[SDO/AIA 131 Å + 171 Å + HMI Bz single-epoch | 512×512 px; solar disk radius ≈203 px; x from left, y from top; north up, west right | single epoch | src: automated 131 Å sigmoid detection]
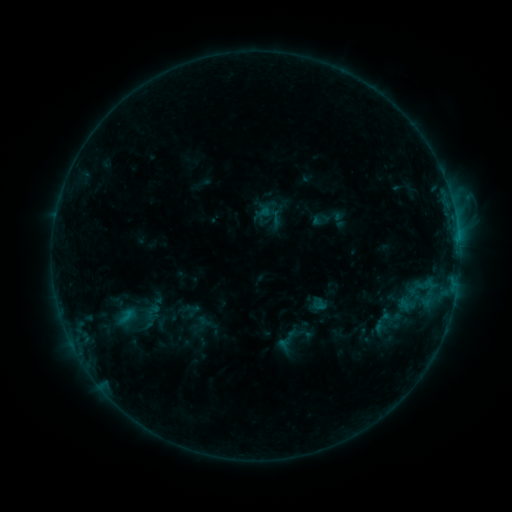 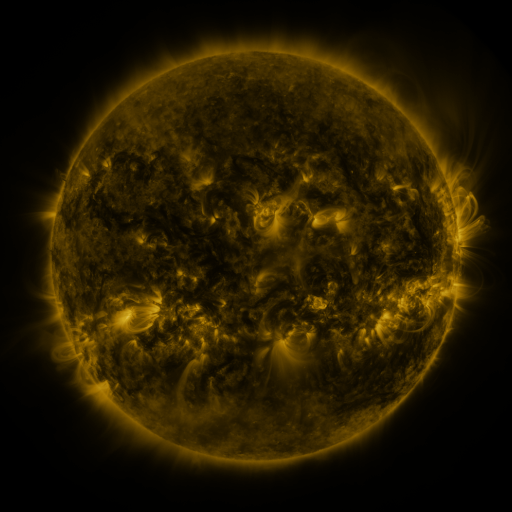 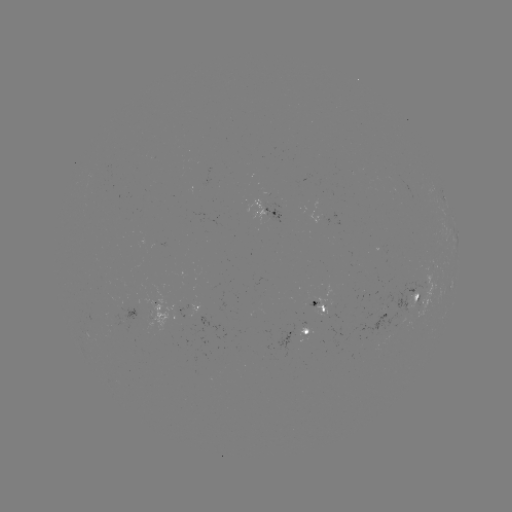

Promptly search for sigmoid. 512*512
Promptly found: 149,316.